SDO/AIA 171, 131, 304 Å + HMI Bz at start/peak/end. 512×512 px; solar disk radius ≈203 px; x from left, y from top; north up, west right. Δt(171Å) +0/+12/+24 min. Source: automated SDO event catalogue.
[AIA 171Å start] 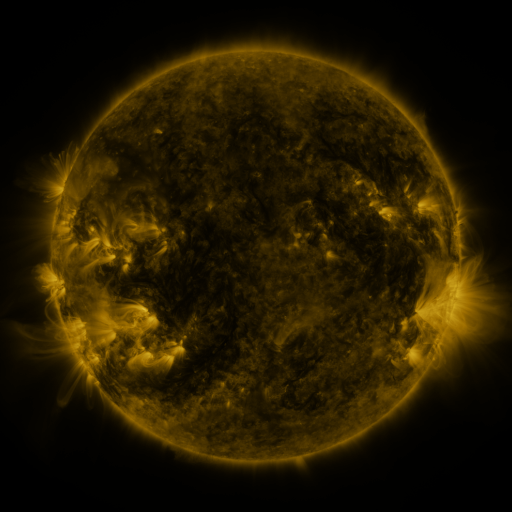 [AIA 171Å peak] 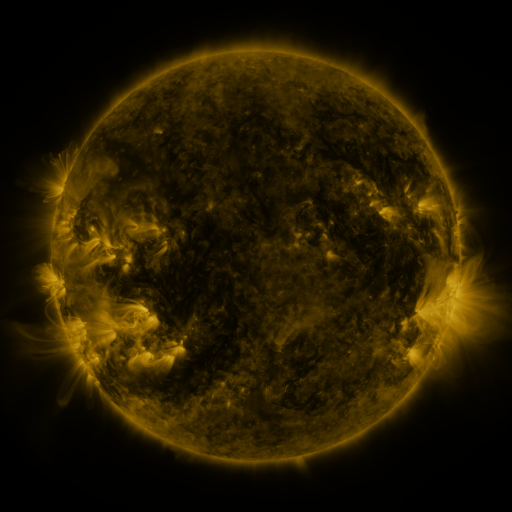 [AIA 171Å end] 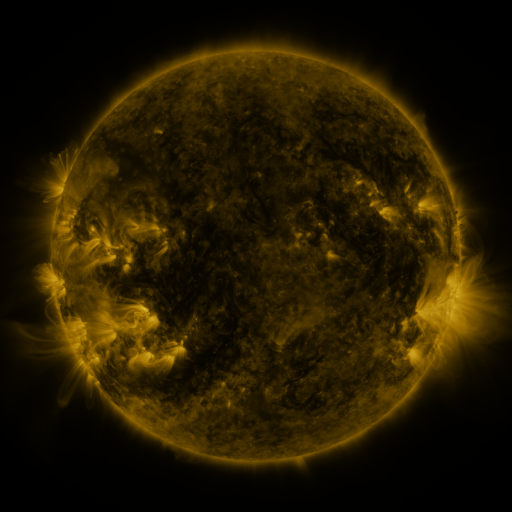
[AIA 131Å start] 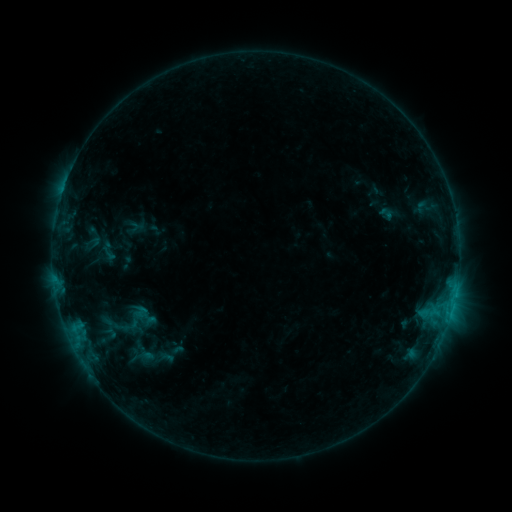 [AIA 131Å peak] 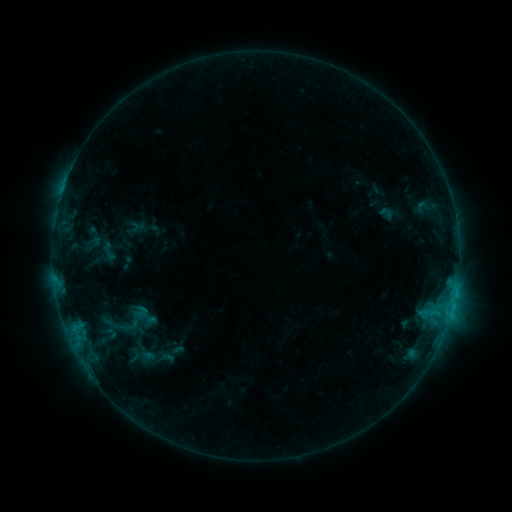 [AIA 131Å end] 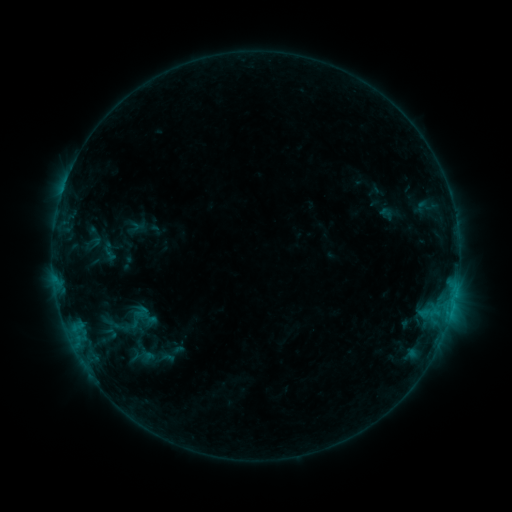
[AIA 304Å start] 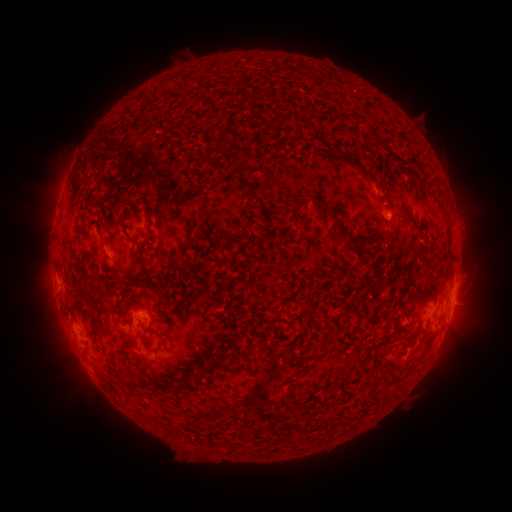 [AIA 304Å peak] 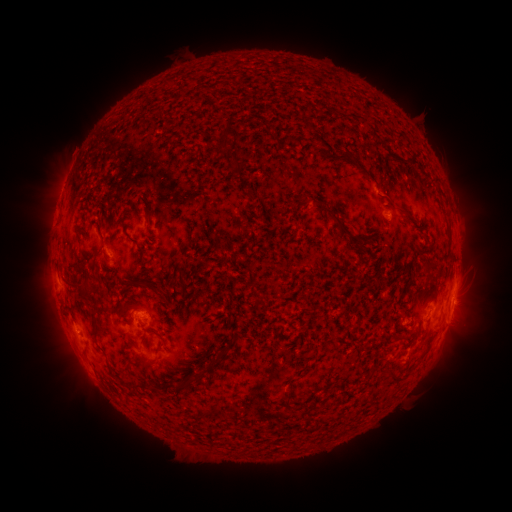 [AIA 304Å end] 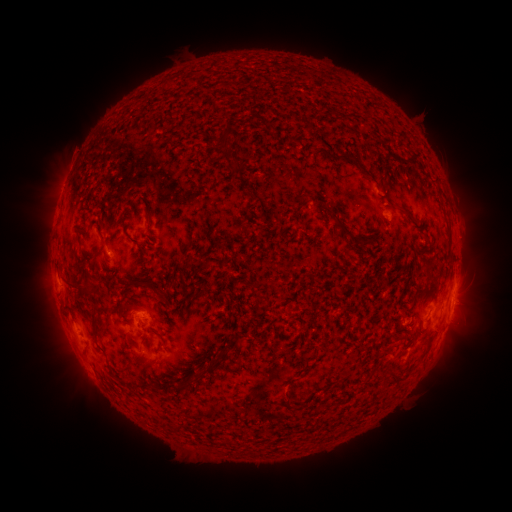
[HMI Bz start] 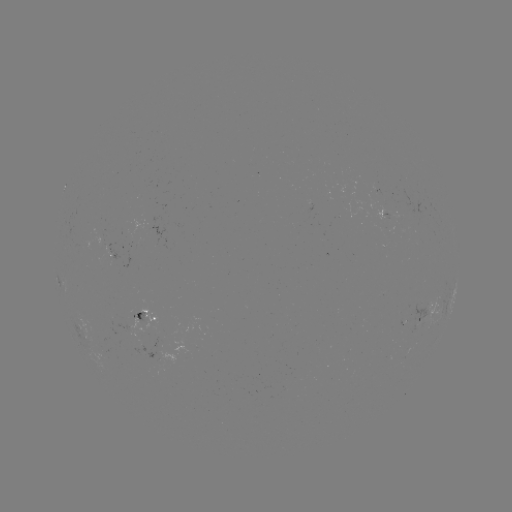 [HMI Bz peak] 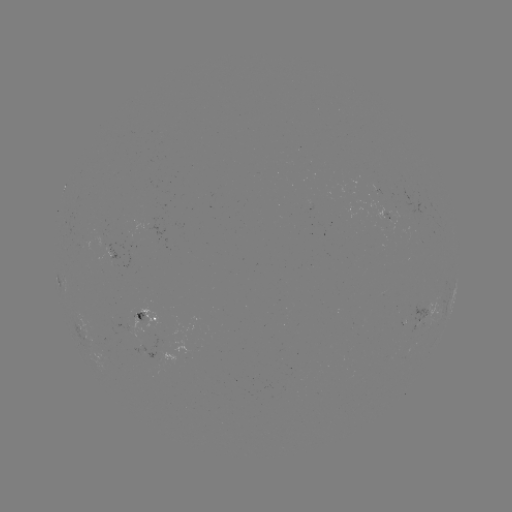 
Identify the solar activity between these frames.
no flare in any classed list; no EUV-trigger detection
